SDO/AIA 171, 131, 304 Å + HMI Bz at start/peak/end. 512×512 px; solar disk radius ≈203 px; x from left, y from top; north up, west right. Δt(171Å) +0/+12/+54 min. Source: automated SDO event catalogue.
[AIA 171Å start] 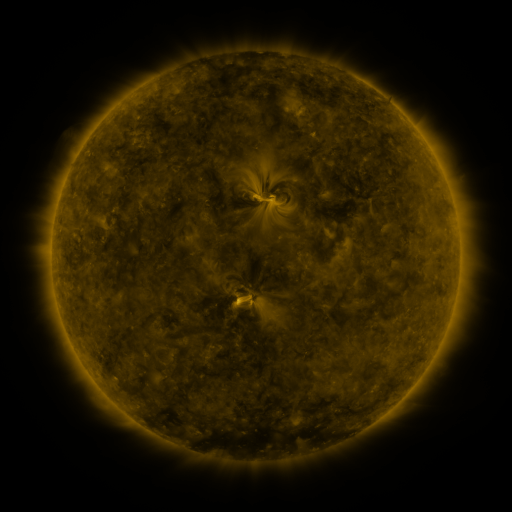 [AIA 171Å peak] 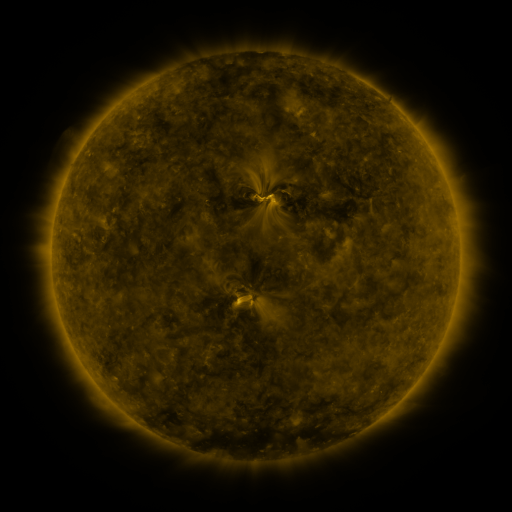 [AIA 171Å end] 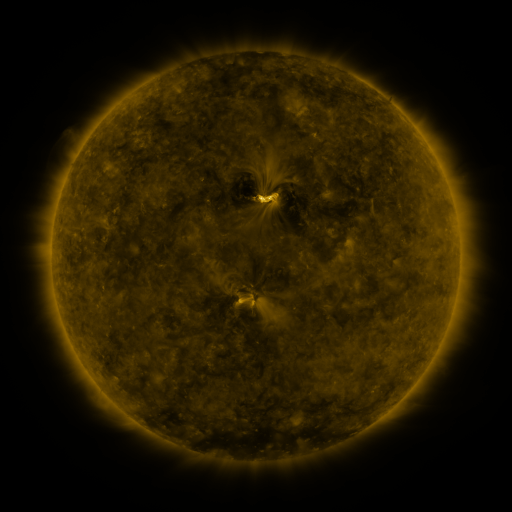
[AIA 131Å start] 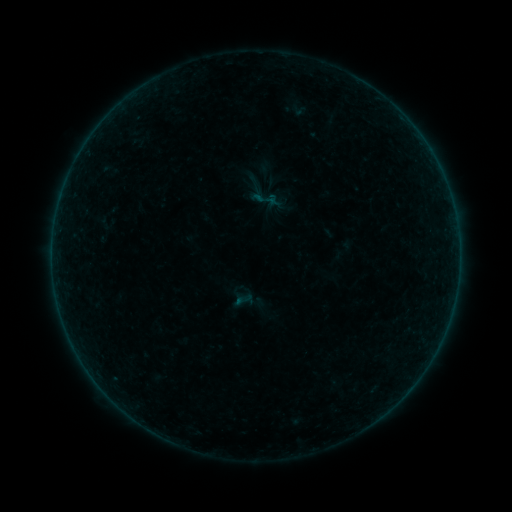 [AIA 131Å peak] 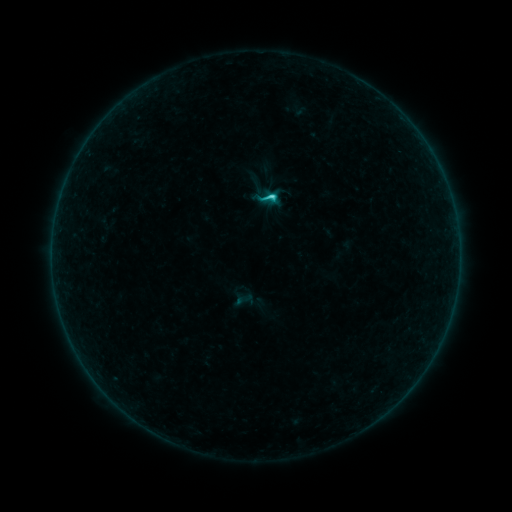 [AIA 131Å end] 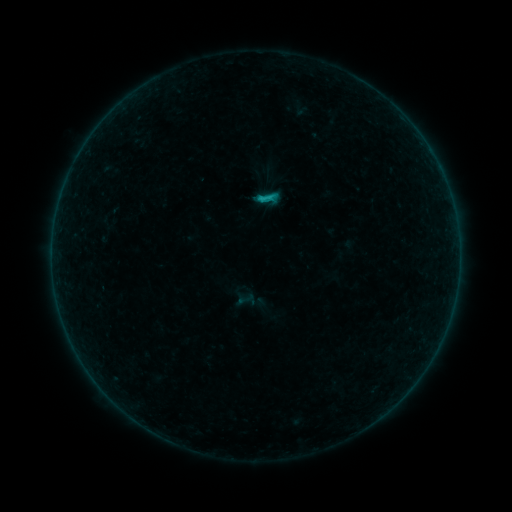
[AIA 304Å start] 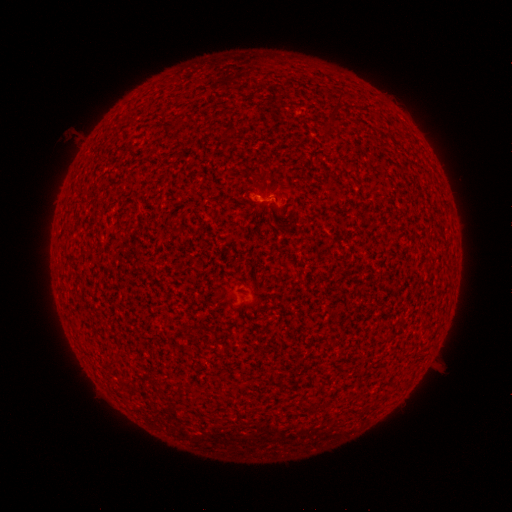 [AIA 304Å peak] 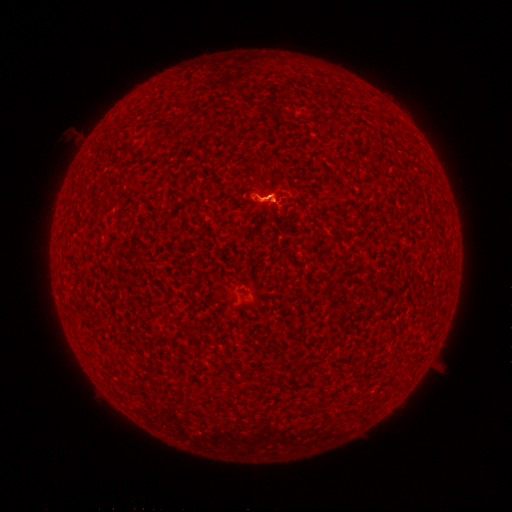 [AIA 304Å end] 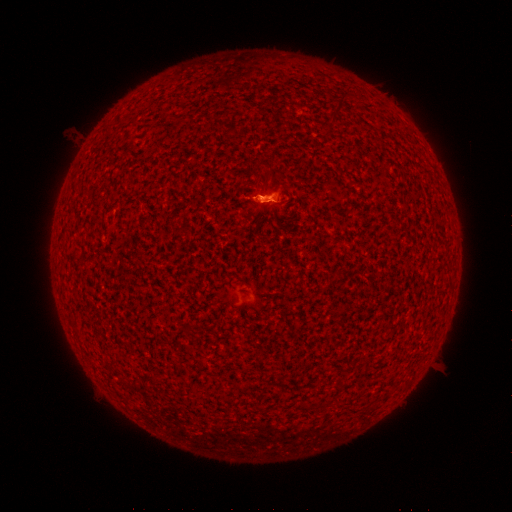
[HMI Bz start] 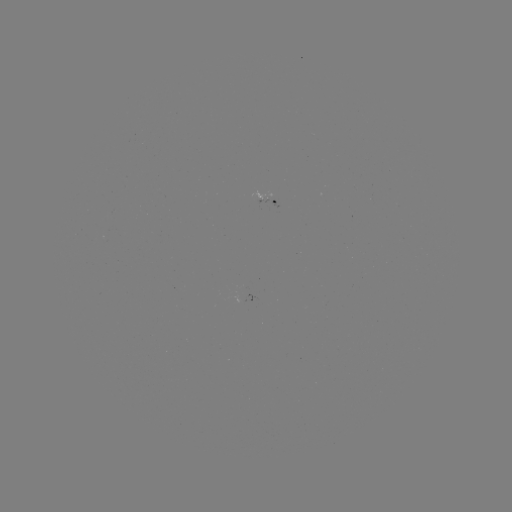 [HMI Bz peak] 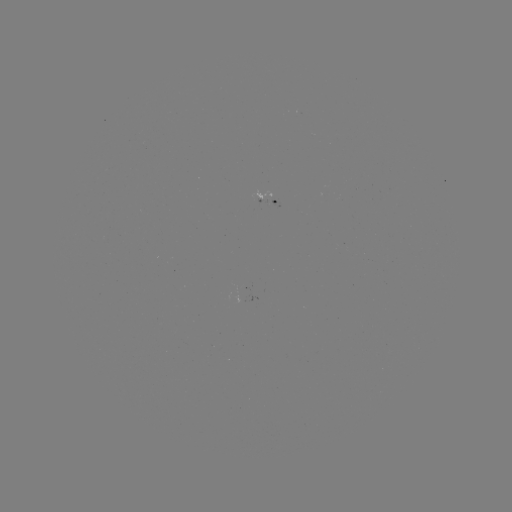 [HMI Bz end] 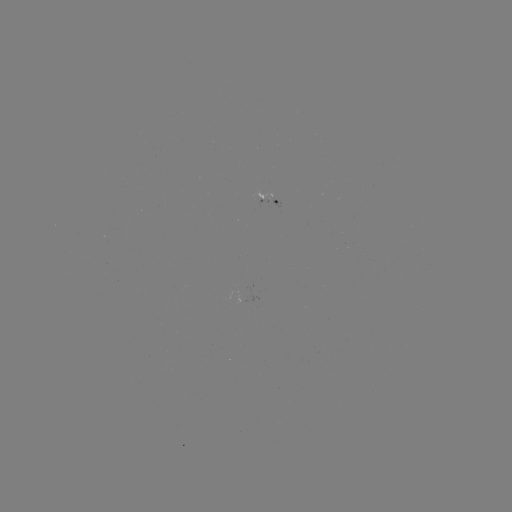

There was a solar flare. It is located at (270, 198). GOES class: C1.3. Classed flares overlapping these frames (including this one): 1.